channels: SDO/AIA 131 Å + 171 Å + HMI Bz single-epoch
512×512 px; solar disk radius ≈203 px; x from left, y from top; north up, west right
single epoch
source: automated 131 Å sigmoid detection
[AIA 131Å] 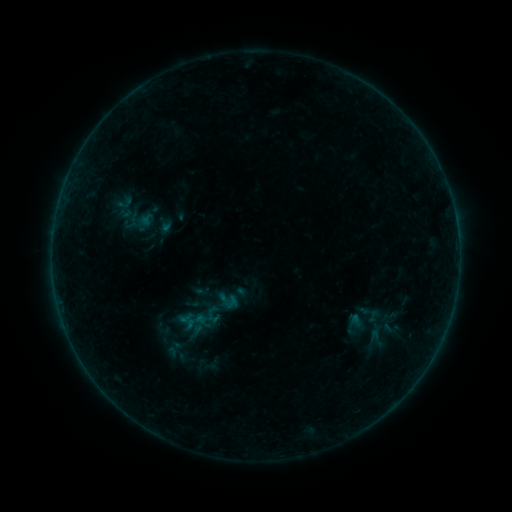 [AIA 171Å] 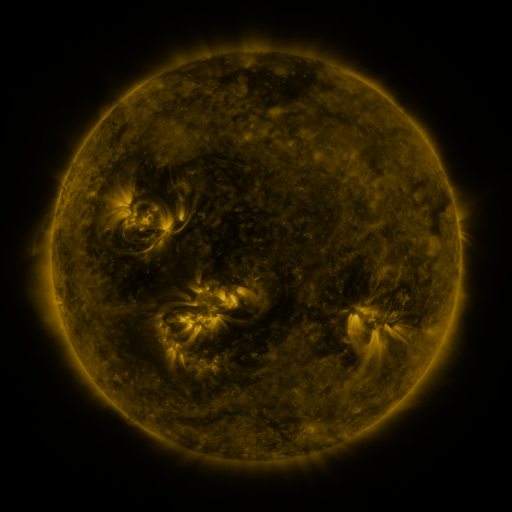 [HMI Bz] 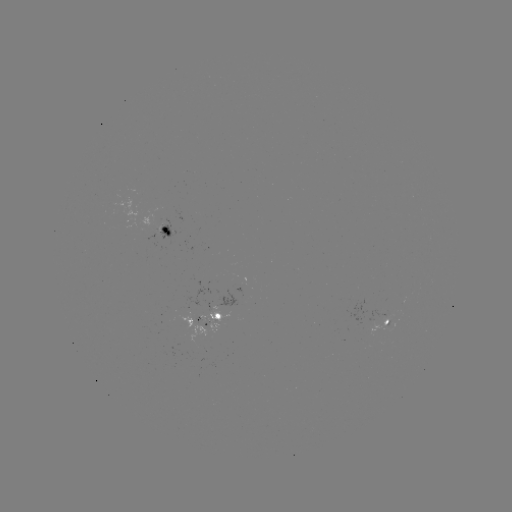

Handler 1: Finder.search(sigmoid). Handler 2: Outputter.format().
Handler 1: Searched sigmoid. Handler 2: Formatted (356, 325).